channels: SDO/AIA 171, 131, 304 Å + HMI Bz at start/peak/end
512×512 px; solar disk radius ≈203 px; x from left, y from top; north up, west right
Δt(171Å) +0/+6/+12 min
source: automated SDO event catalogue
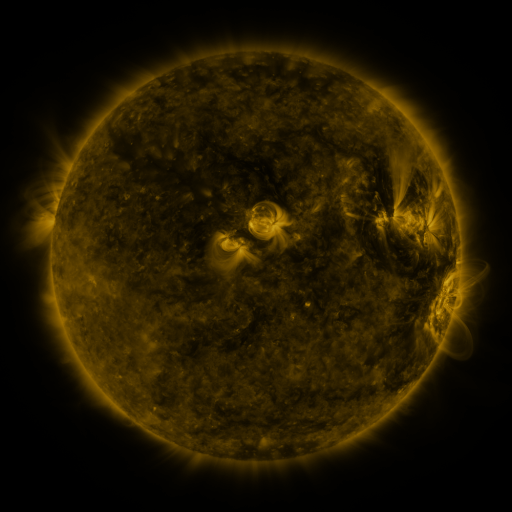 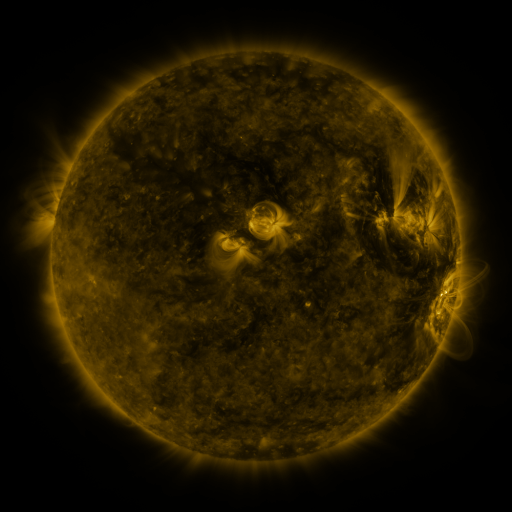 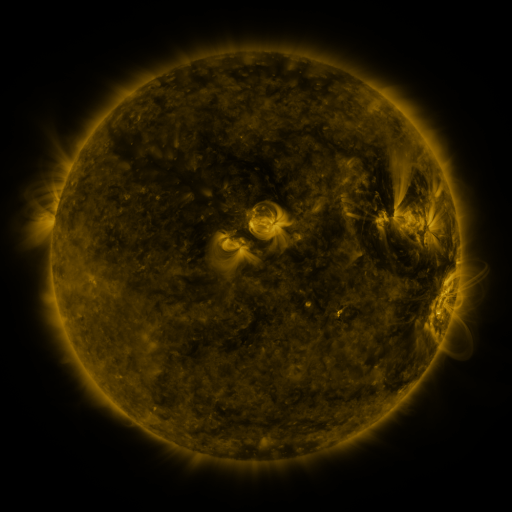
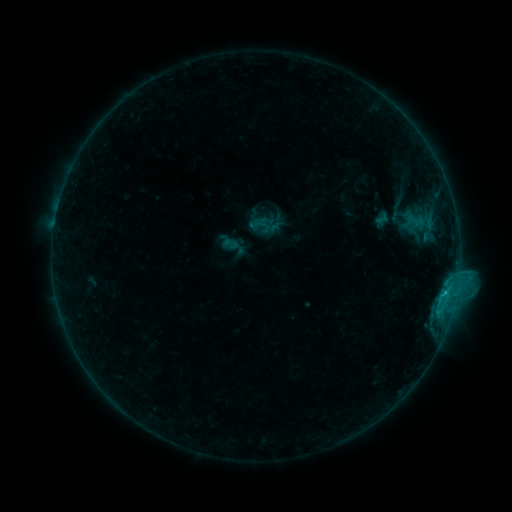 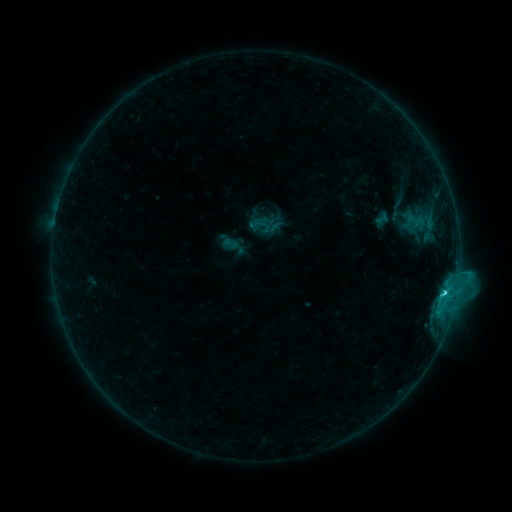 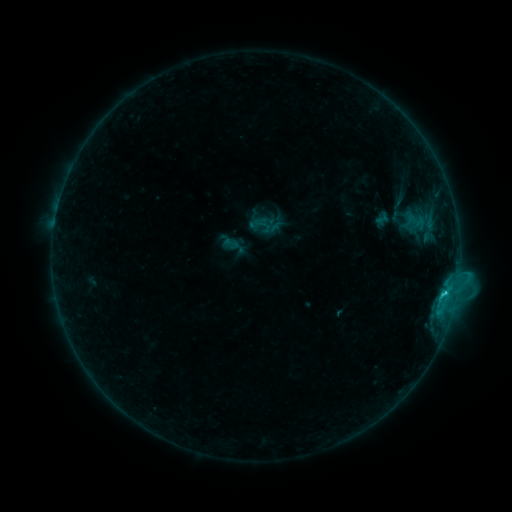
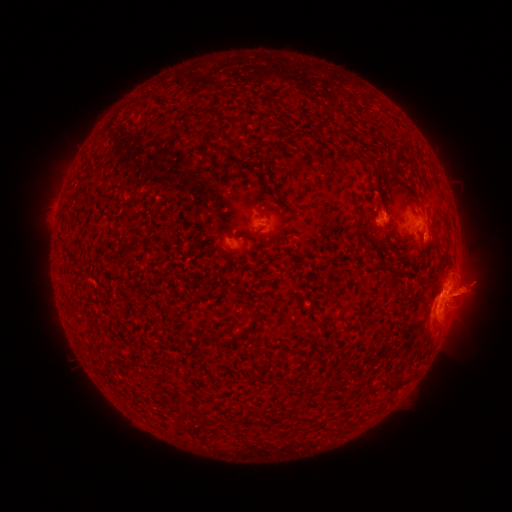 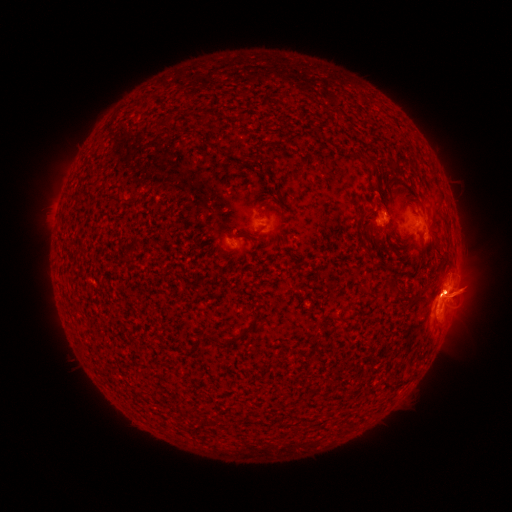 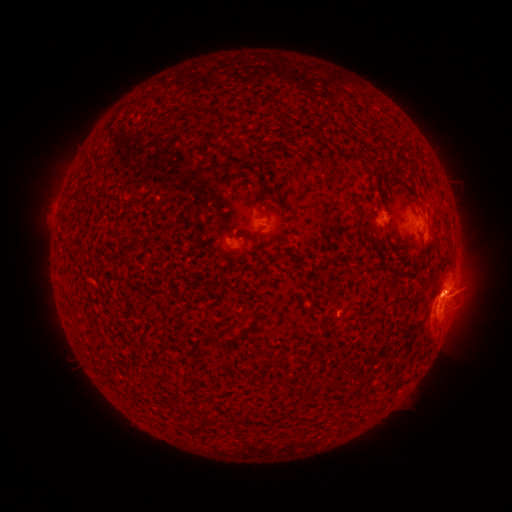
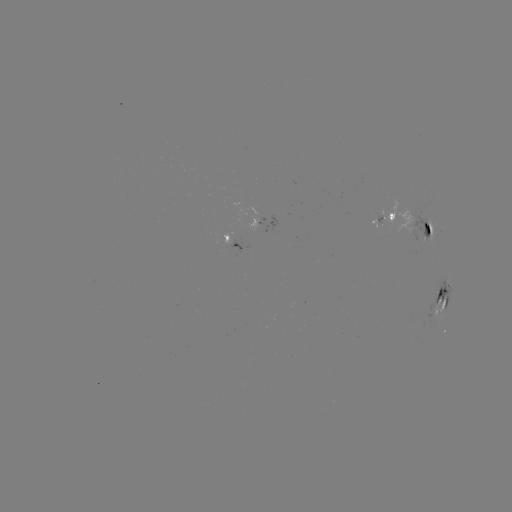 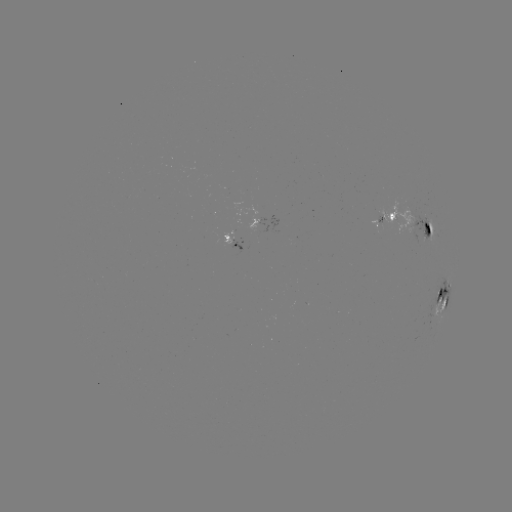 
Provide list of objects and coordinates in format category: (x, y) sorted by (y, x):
C2.4 flare: (444, 289)
